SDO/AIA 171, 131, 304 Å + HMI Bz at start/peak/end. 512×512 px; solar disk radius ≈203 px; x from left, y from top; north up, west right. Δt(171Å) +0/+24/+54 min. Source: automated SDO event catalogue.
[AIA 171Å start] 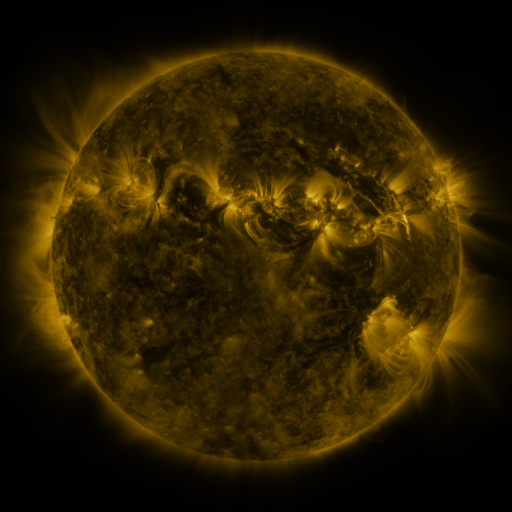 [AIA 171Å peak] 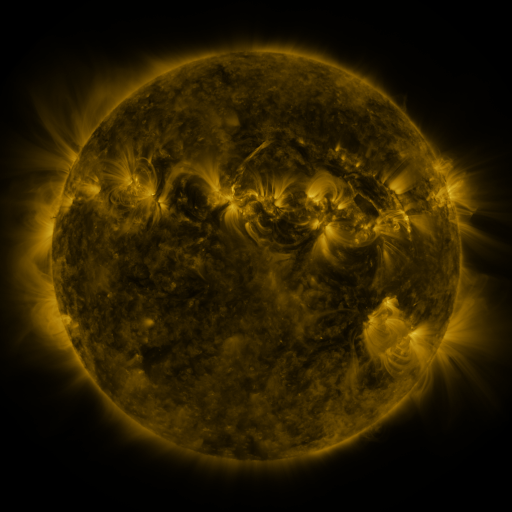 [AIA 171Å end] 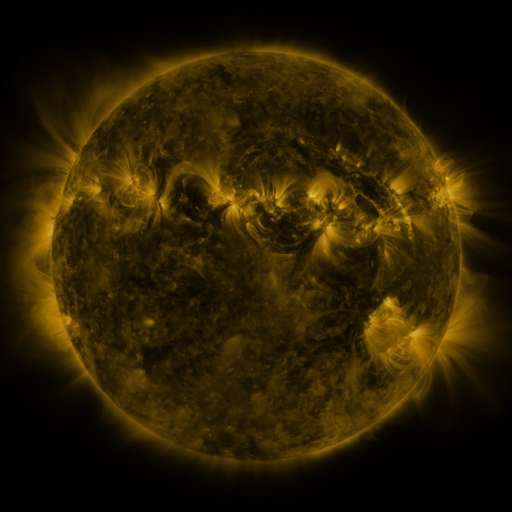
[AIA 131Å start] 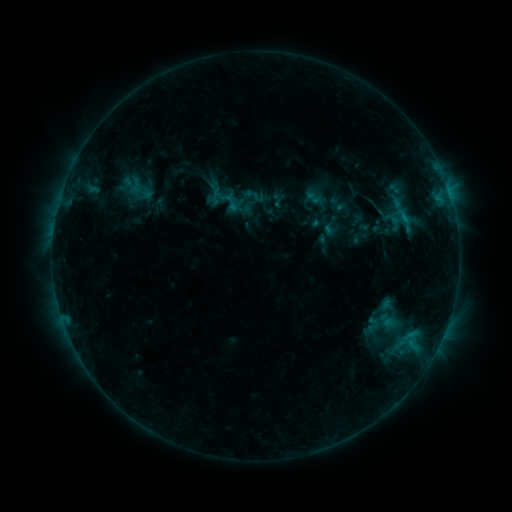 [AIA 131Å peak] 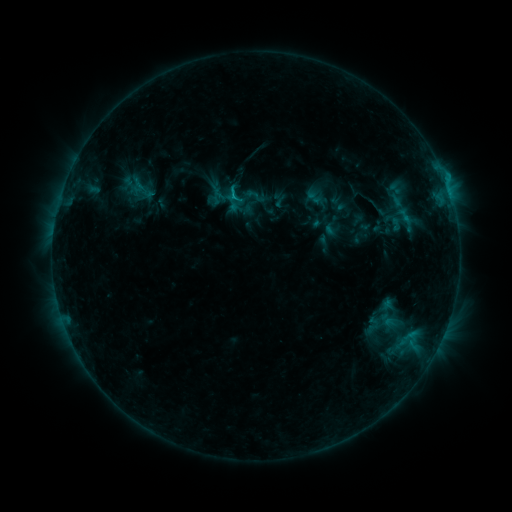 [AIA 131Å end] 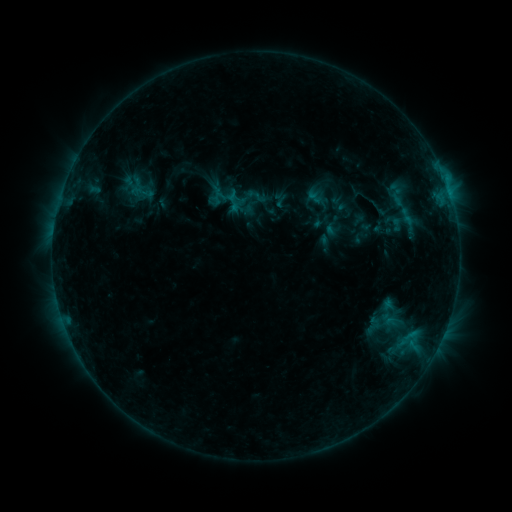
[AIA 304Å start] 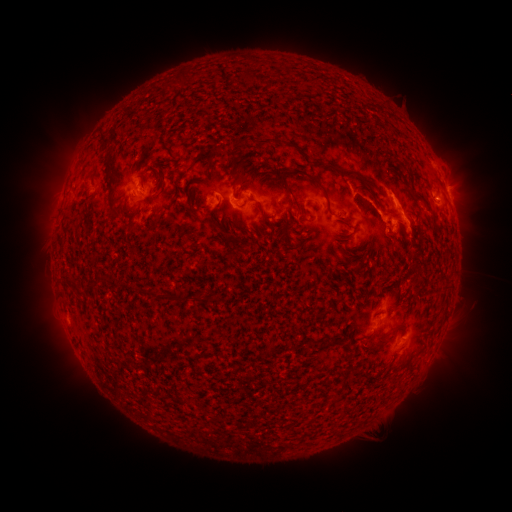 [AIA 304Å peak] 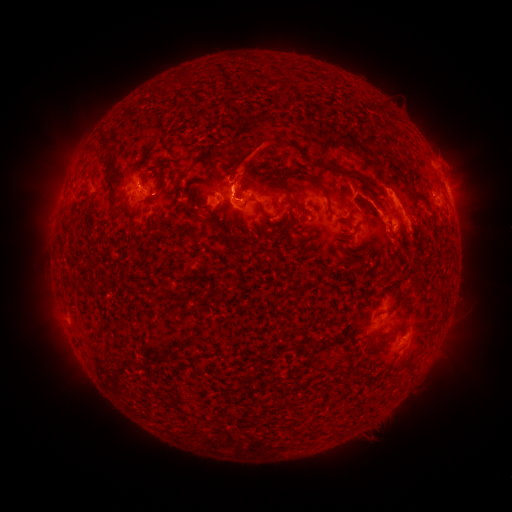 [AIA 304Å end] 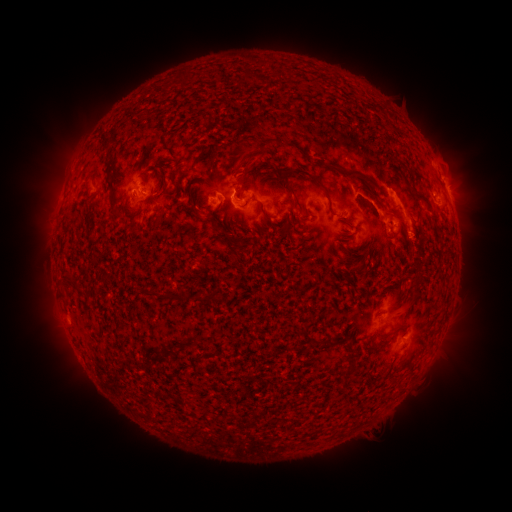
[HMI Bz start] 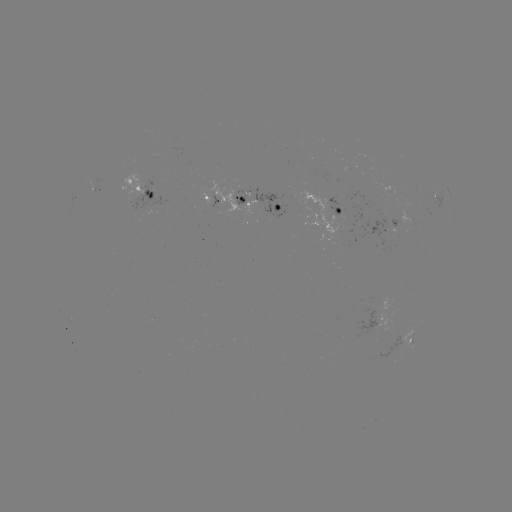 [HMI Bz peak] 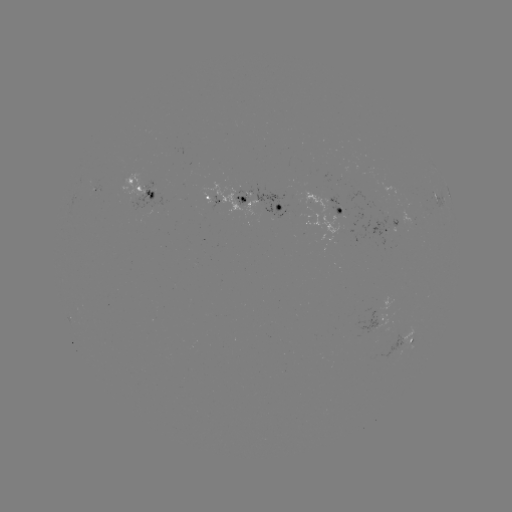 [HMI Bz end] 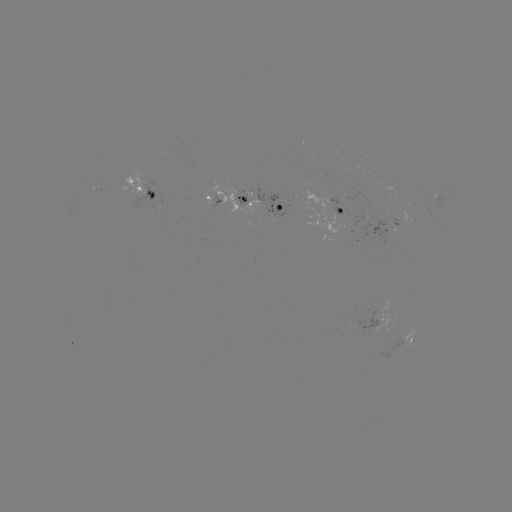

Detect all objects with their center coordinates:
C1.5 flare: (235, 198)
